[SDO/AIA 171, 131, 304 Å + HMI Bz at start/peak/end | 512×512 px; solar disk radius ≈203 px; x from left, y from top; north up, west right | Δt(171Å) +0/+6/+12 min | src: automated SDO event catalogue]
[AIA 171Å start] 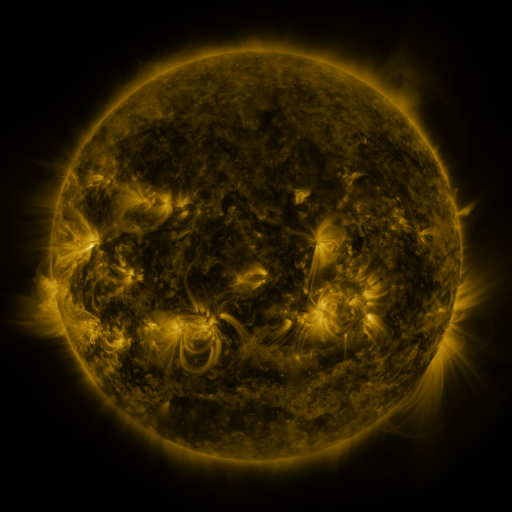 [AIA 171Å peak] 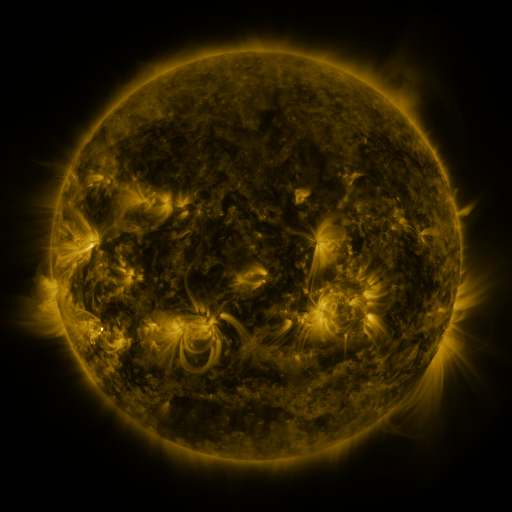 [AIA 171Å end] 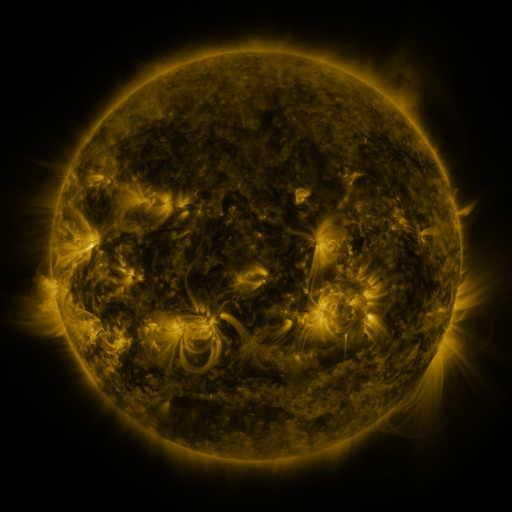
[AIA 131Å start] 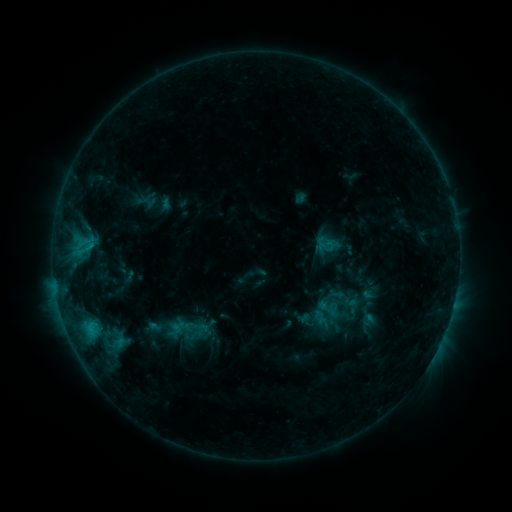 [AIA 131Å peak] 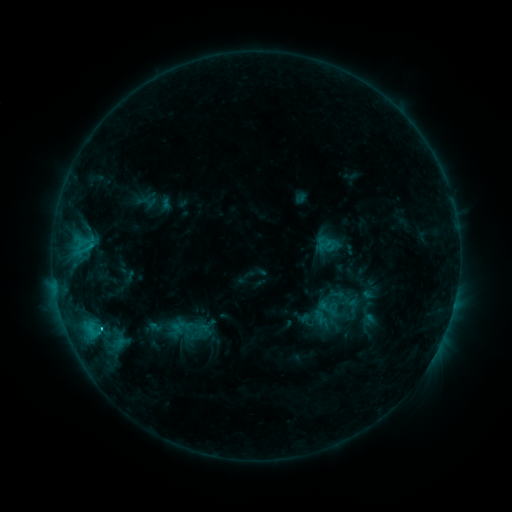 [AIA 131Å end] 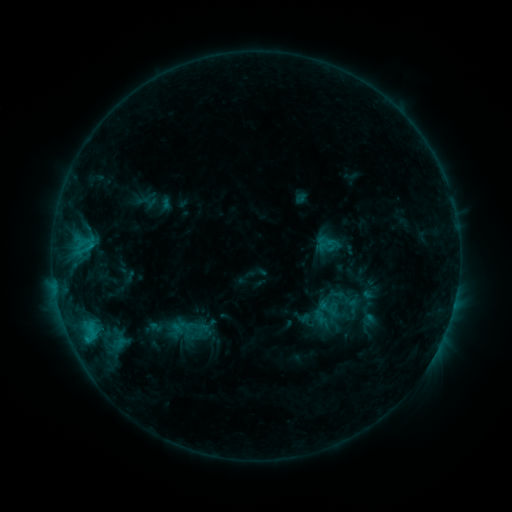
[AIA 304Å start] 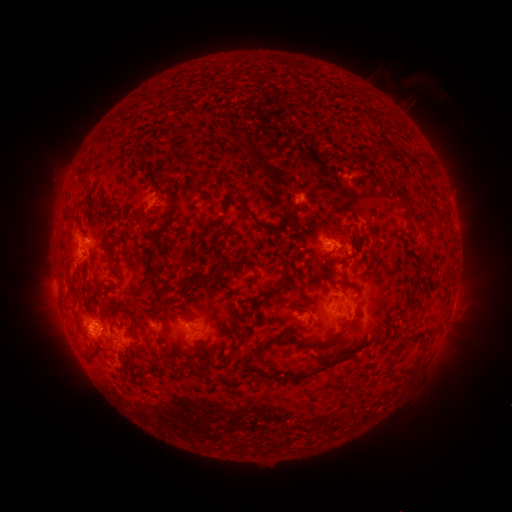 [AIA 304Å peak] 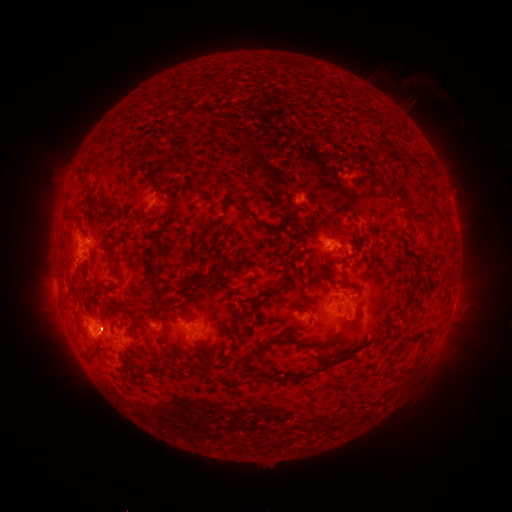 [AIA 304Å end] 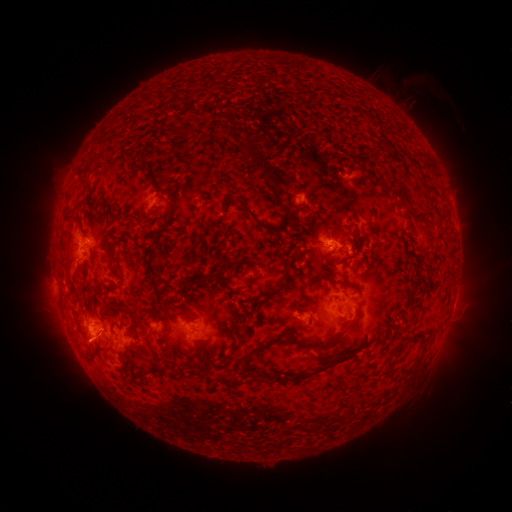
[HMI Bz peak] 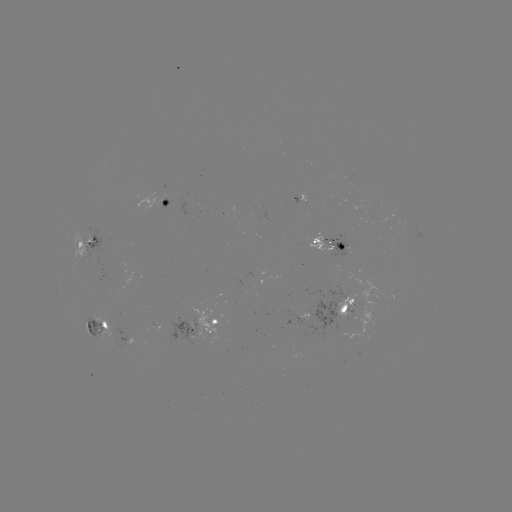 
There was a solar flare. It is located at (91, 248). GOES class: C1.5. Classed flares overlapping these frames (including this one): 1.